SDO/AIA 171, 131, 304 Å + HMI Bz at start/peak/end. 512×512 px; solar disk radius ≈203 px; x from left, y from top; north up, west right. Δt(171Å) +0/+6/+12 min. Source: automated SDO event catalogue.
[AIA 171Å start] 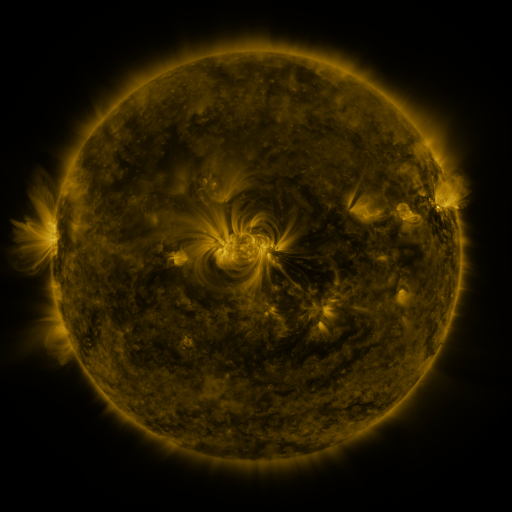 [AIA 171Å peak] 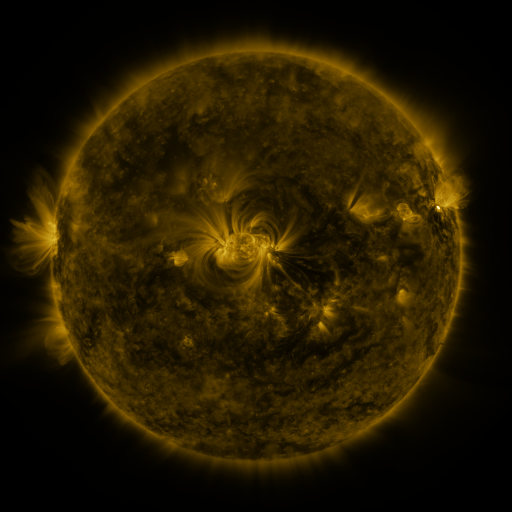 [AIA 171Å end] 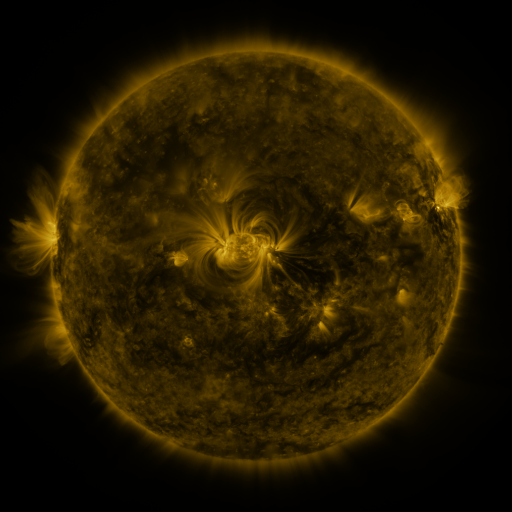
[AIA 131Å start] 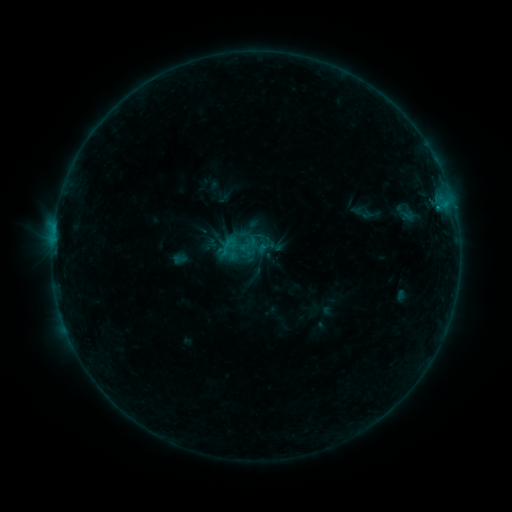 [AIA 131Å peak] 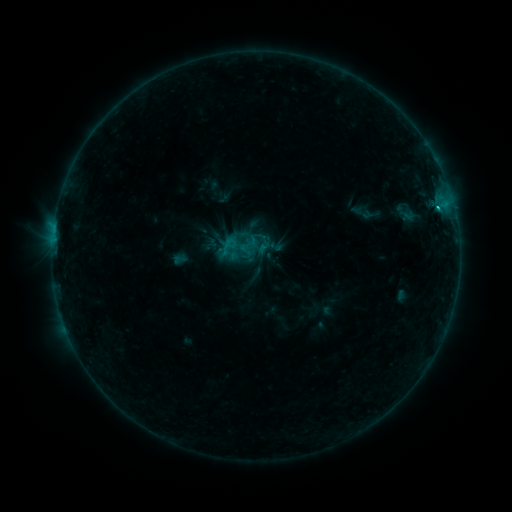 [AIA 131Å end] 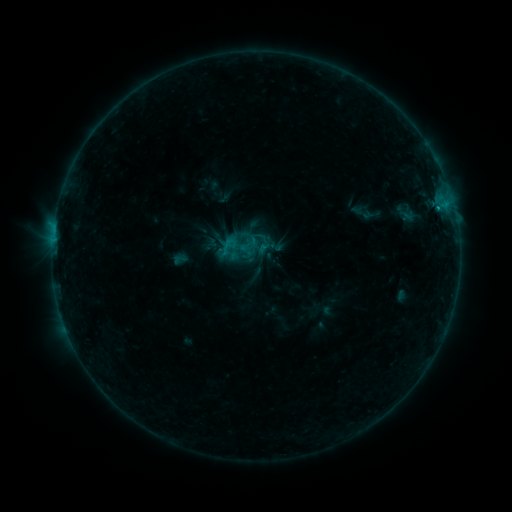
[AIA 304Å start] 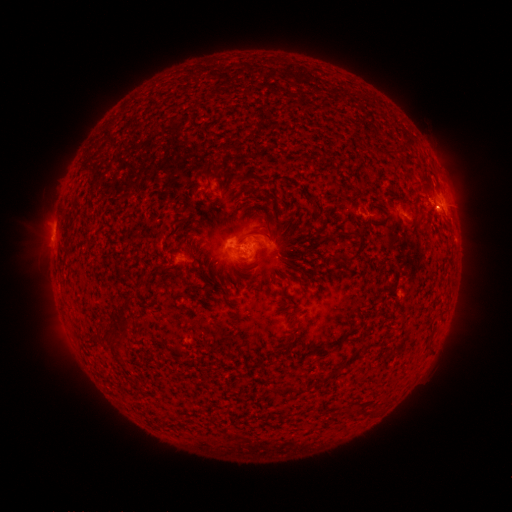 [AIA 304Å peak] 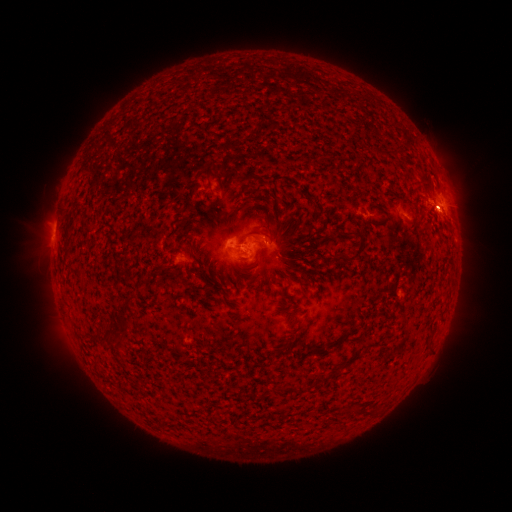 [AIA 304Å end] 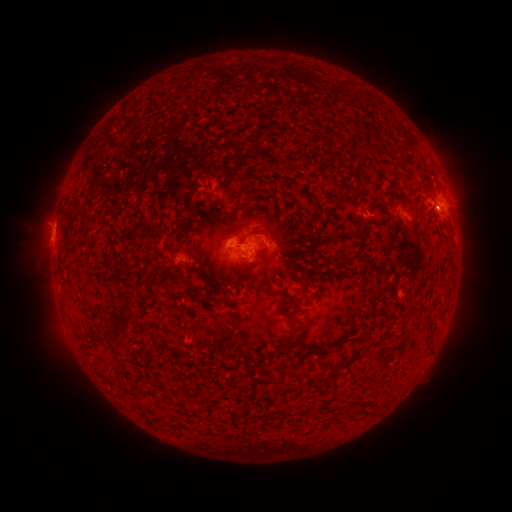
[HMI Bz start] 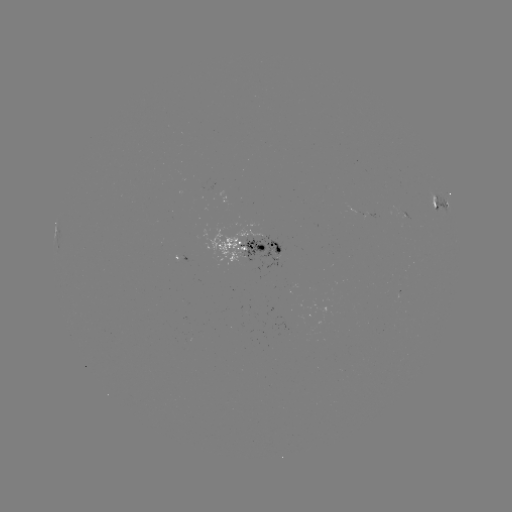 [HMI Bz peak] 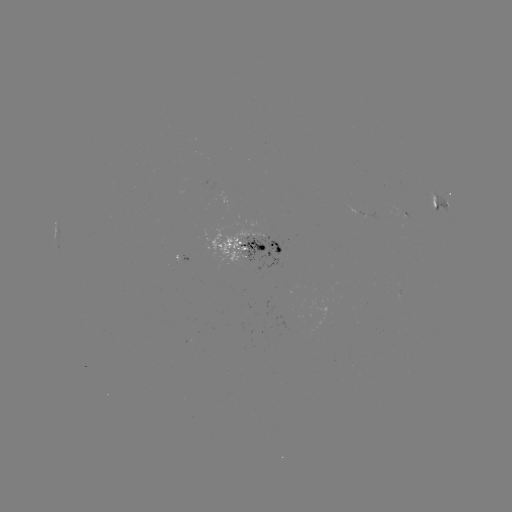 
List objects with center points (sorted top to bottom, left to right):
C1.0 flare: (436, 208)
